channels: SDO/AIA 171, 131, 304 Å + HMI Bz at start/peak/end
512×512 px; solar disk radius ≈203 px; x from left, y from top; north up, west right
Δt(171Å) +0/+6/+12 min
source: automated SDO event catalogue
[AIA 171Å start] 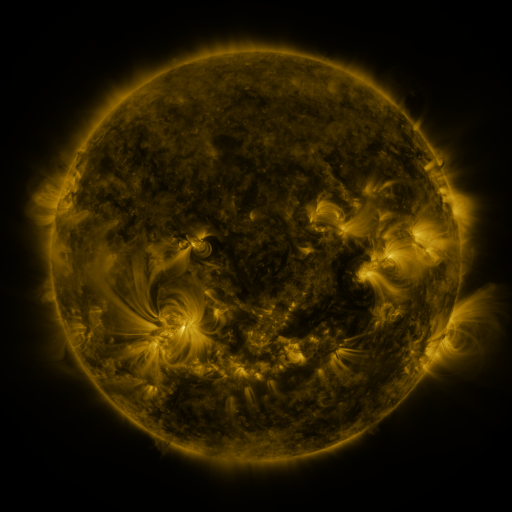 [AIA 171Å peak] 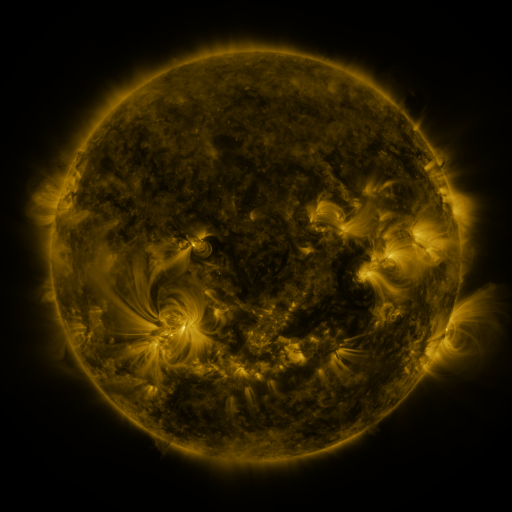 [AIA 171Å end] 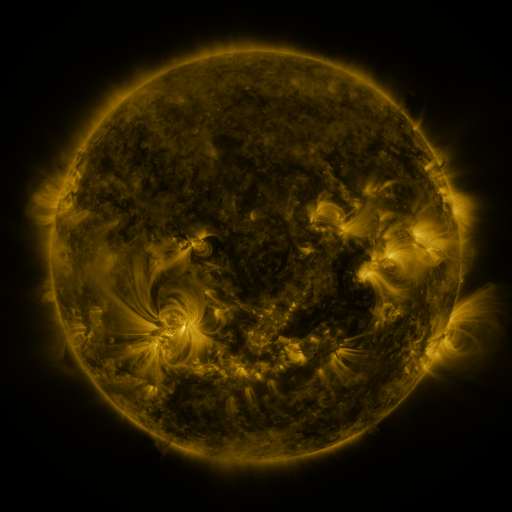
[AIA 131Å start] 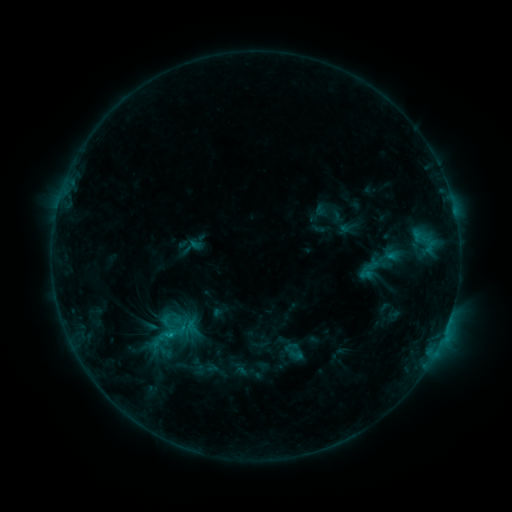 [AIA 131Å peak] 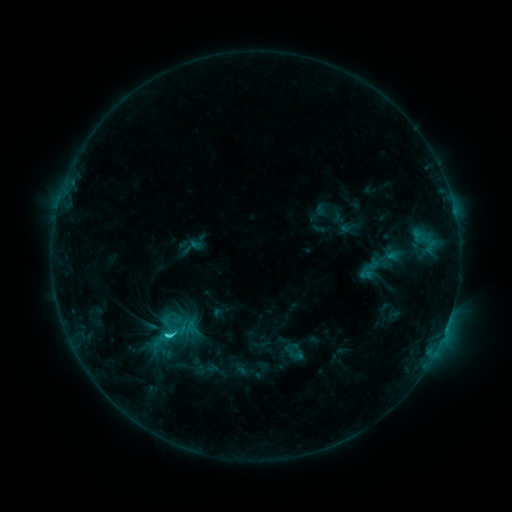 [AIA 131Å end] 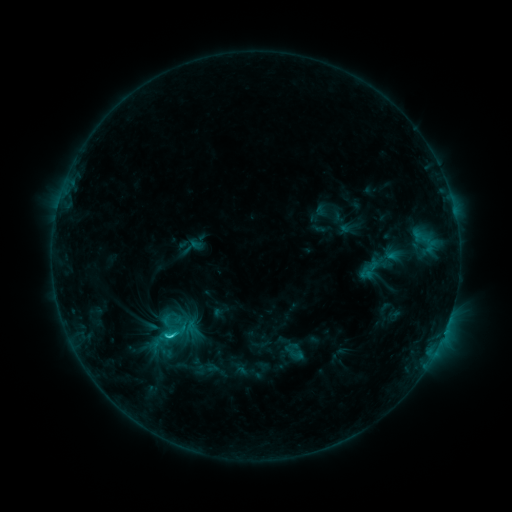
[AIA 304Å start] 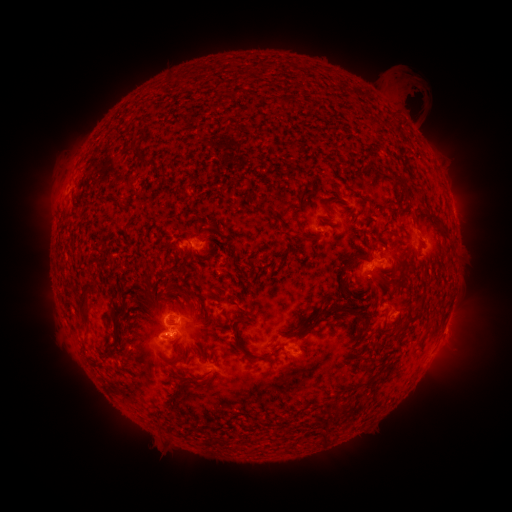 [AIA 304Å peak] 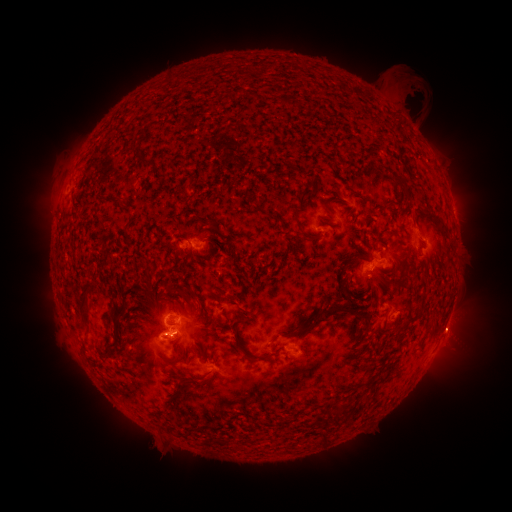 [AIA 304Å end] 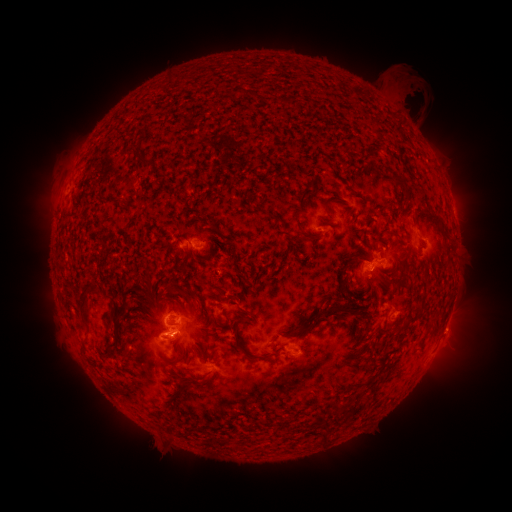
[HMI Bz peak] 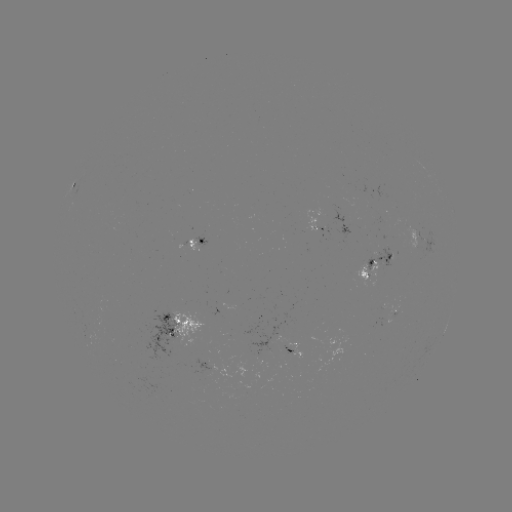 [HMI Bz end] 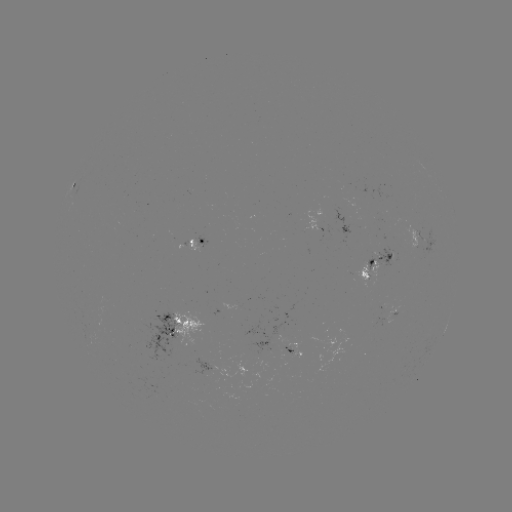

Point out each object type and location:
C1.7 flare: (170, 333)
